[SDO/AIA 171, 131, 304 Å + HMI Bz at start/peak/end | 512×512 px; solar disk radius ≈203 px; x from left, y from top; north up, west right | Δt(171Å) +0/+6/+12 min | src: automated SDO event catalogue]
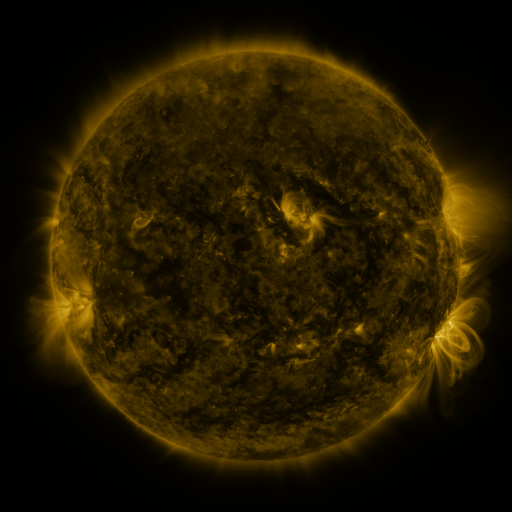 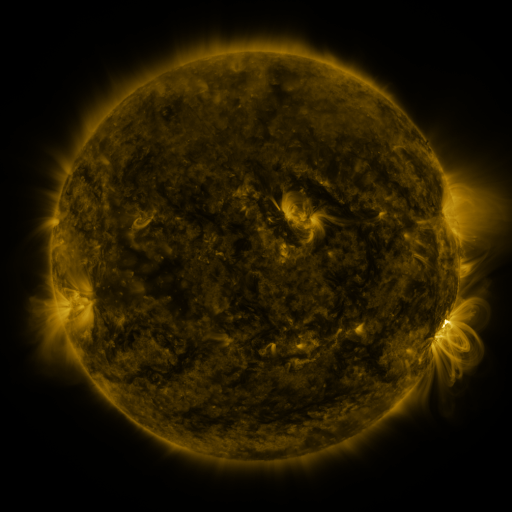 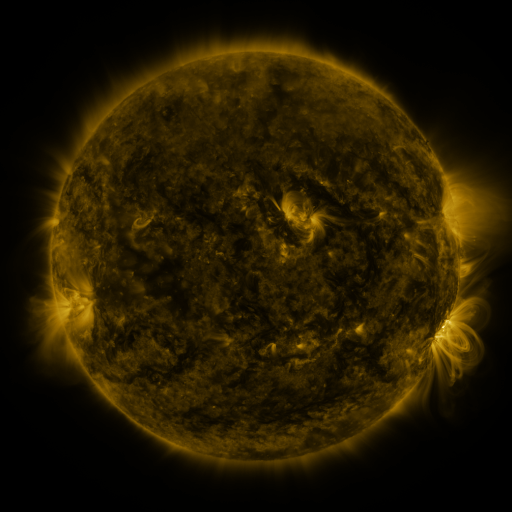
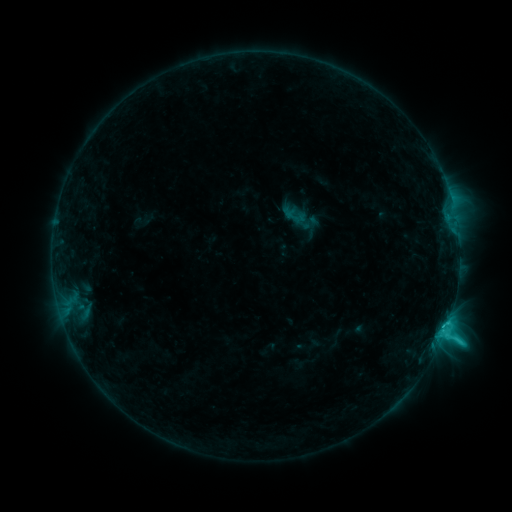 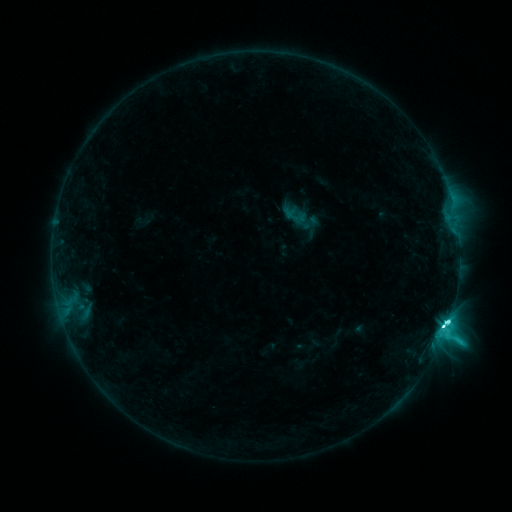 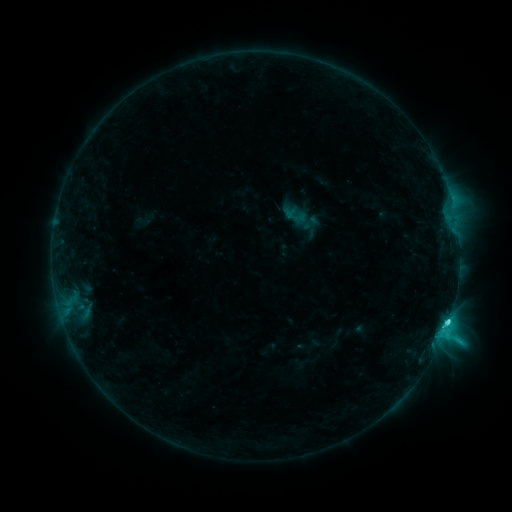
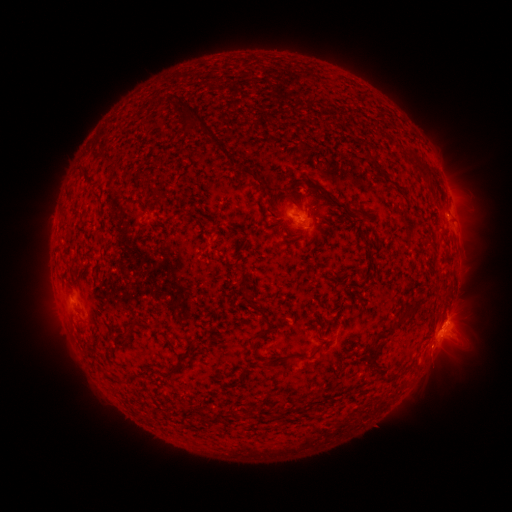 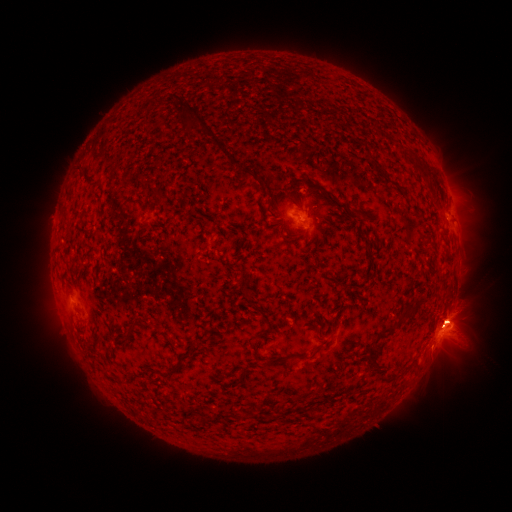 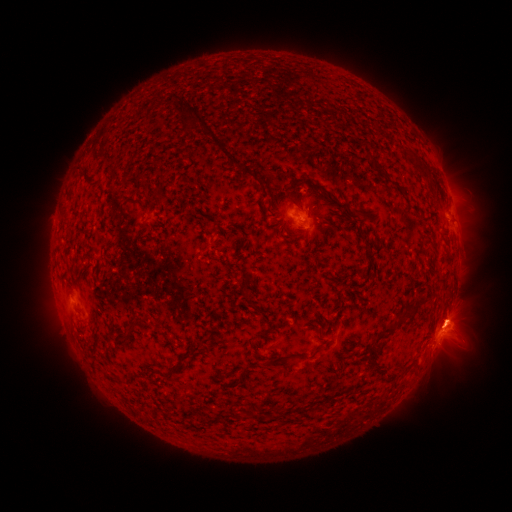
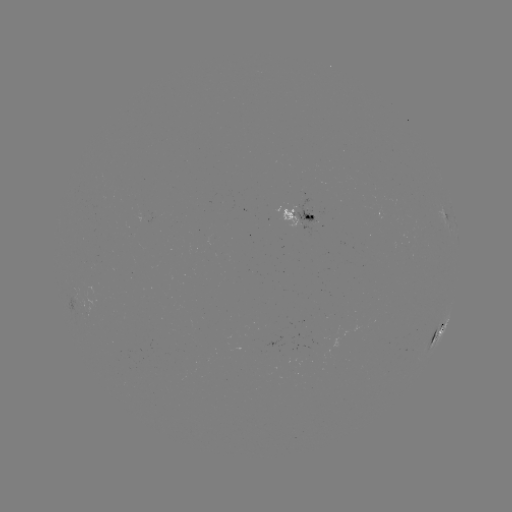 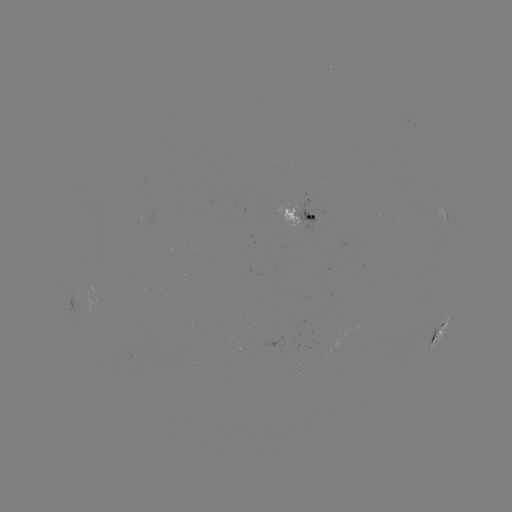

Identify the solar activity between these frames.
eruption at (457, 322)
